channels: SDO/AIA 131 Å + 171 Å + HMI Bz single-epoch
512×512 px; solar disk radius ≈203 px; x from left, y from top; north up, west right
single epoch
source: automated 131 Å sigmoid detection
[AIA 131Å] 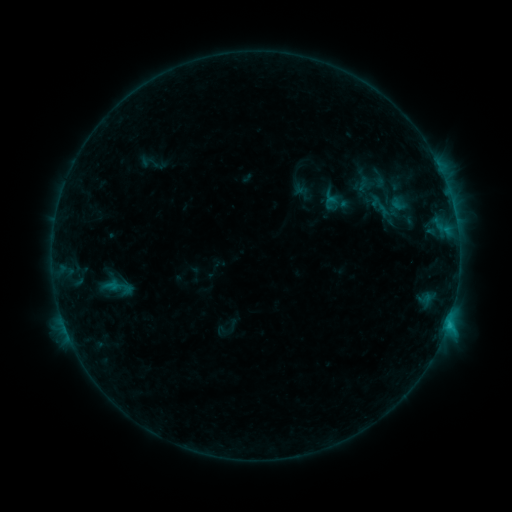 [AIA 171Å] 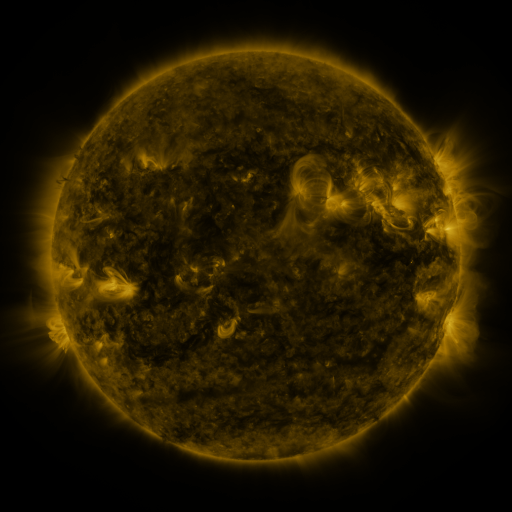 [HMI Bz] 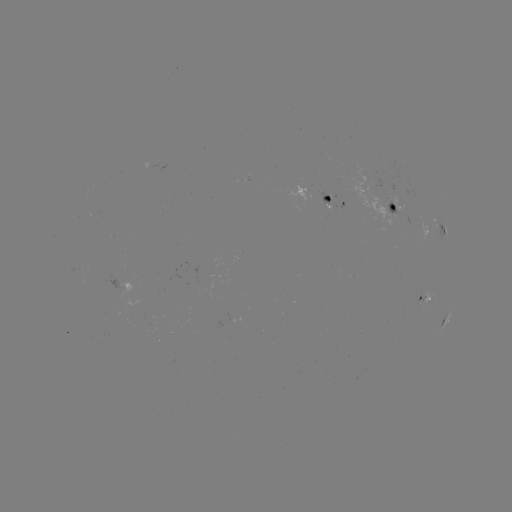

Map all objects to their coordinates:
sigmoid: [99, 272, 137, 302]
